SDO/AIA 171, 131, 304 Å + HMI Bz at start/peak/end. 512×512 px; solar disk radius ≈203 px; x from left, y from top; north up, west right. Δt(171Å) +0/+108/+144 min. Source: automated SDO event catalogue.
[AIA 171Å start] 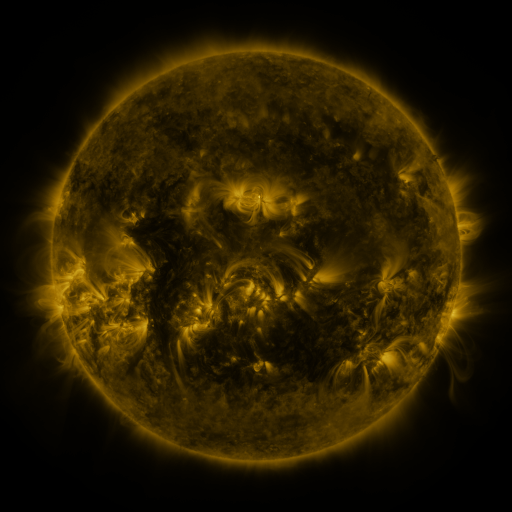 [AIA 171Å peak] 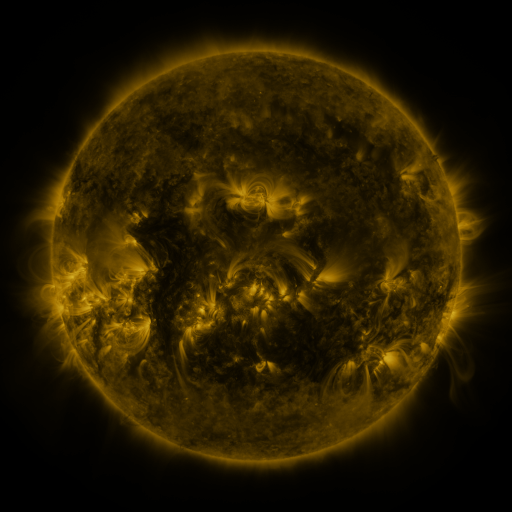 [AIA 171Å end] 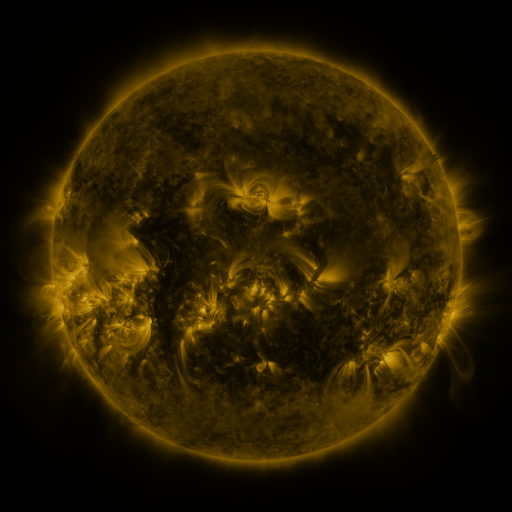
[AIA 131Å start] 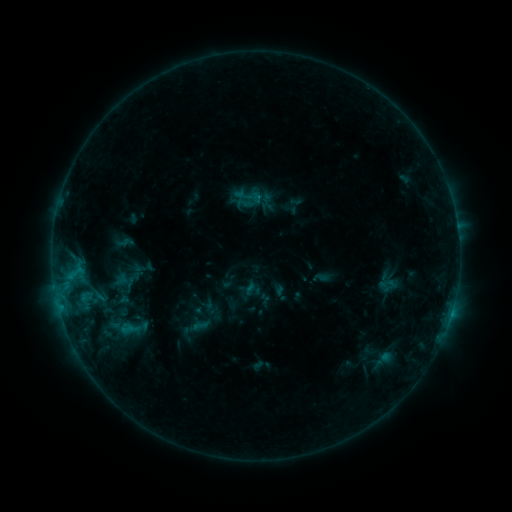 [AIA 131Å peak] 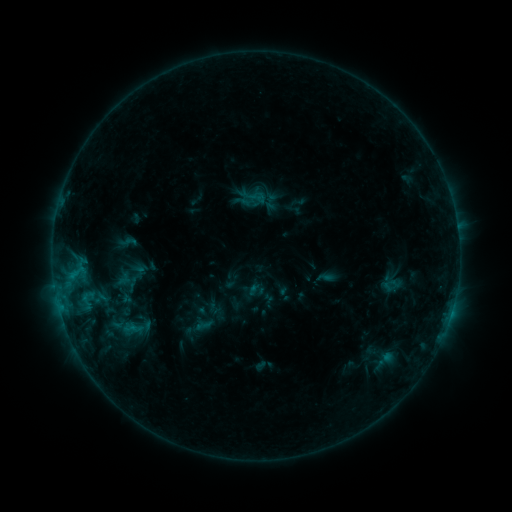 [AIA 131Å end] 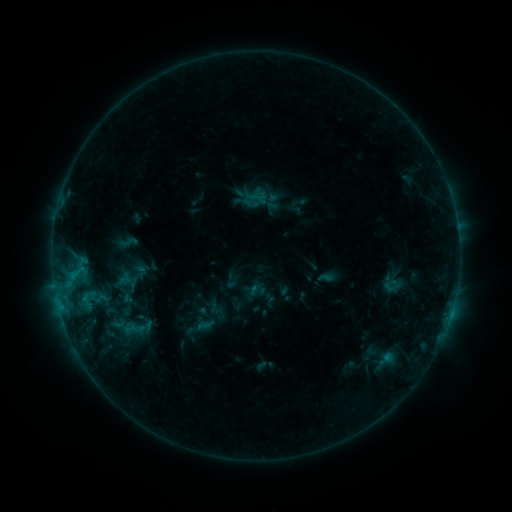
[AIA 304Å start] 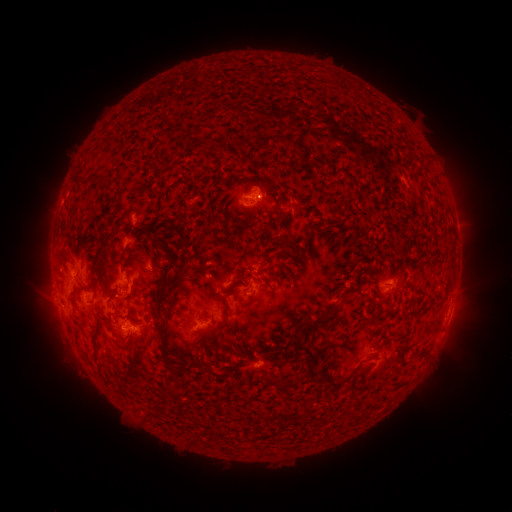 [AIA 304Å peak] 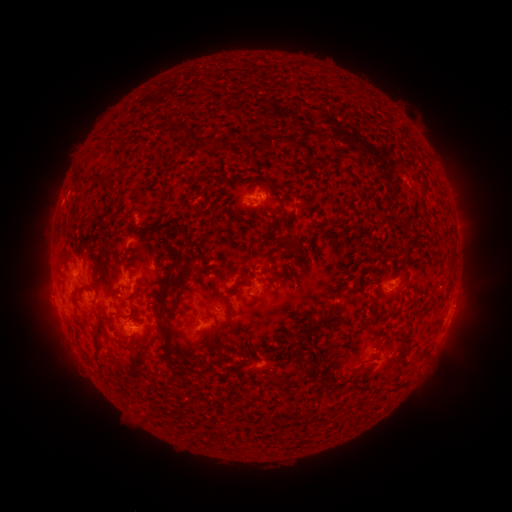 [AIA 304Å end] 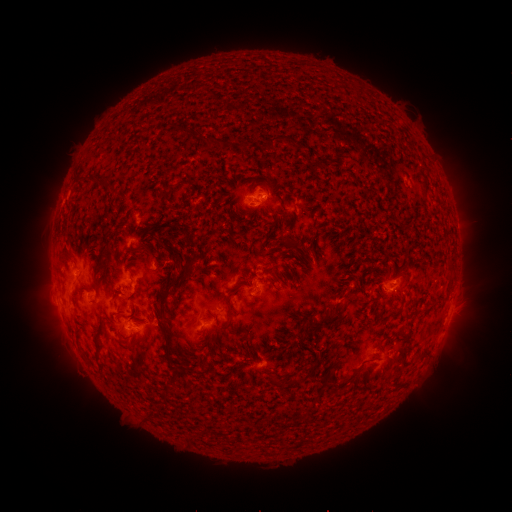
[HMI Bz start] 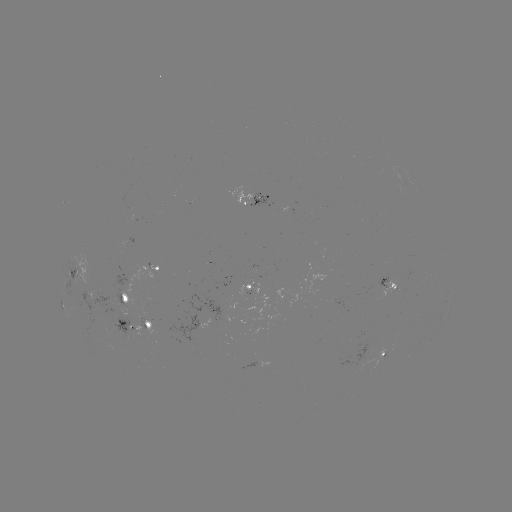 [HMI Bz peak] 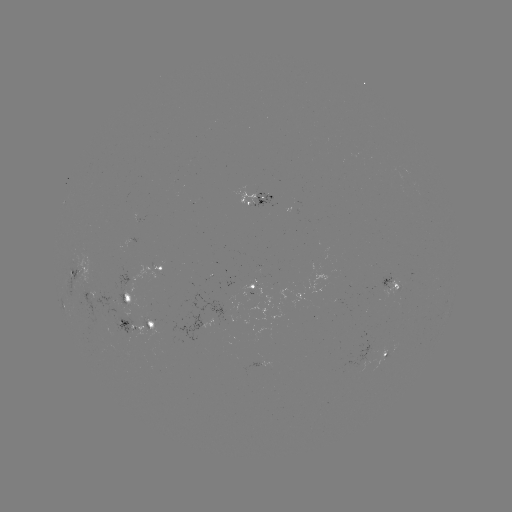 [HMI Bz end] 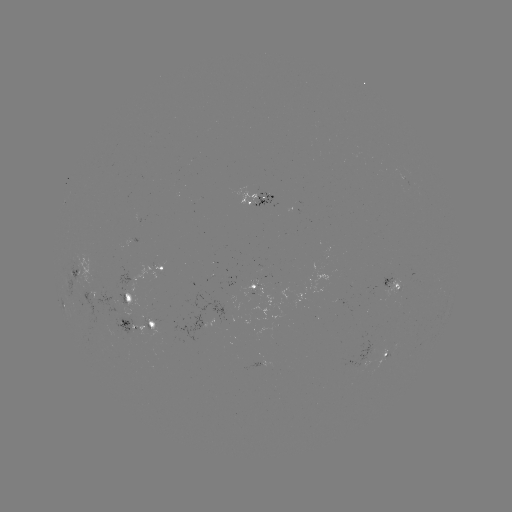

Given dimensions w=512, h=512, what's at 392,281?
emerging-flux region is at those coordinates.